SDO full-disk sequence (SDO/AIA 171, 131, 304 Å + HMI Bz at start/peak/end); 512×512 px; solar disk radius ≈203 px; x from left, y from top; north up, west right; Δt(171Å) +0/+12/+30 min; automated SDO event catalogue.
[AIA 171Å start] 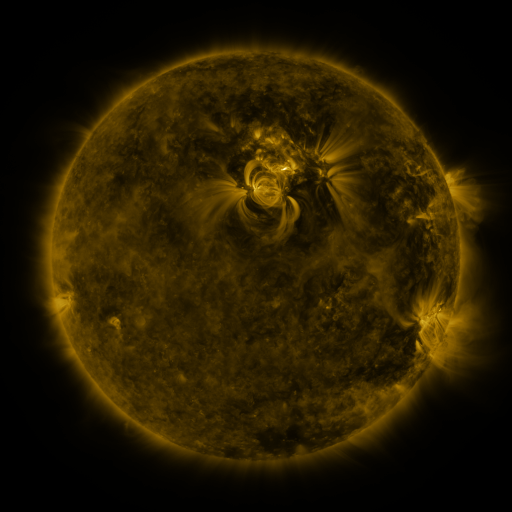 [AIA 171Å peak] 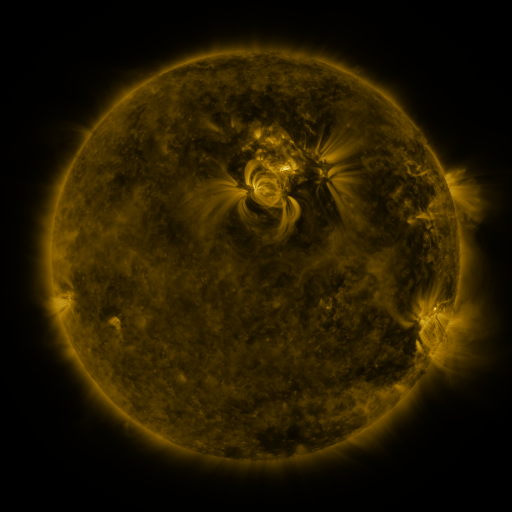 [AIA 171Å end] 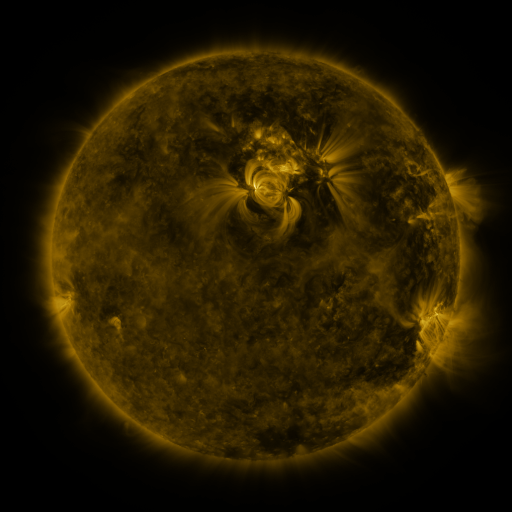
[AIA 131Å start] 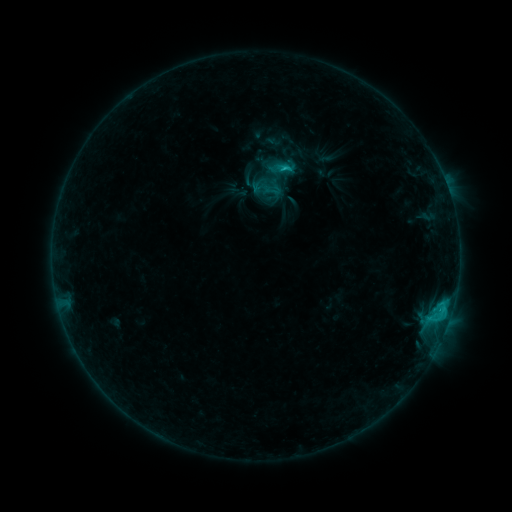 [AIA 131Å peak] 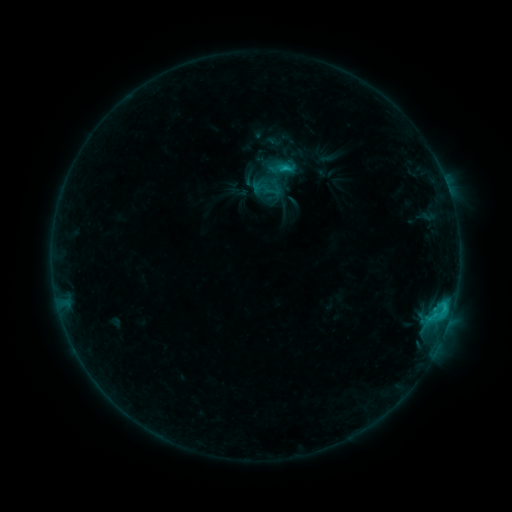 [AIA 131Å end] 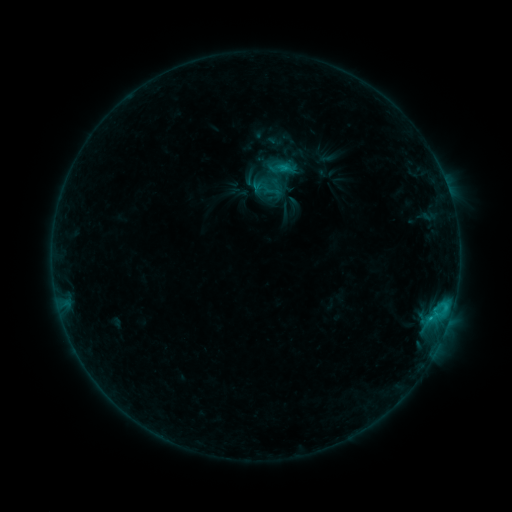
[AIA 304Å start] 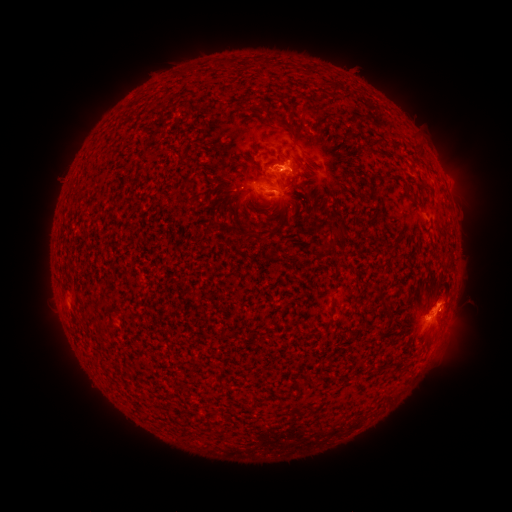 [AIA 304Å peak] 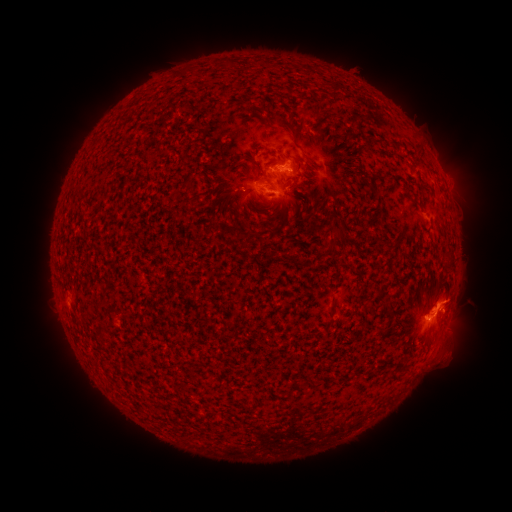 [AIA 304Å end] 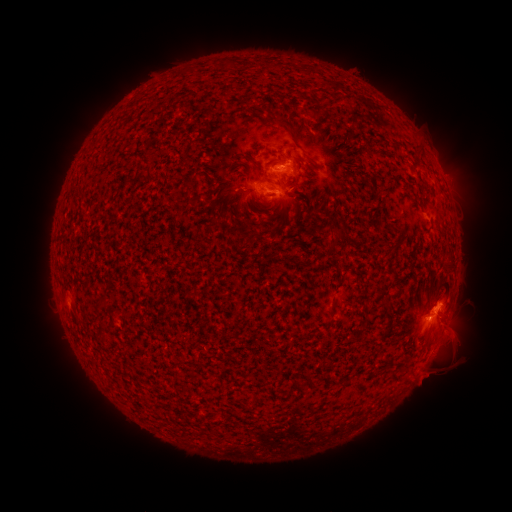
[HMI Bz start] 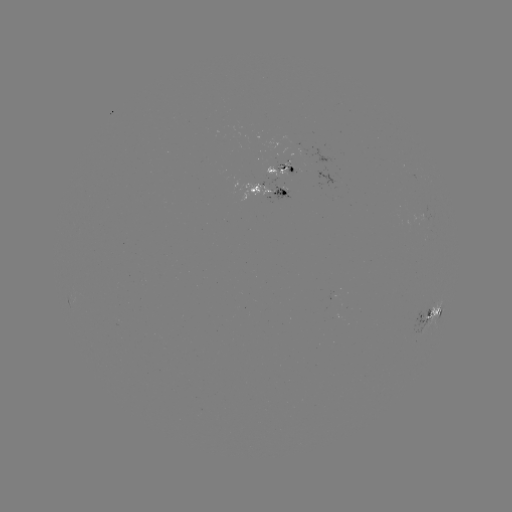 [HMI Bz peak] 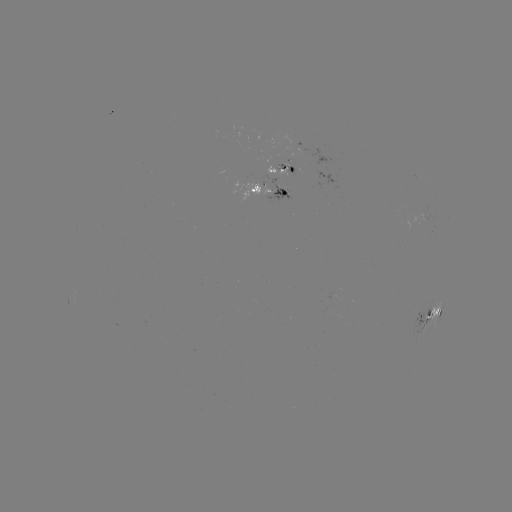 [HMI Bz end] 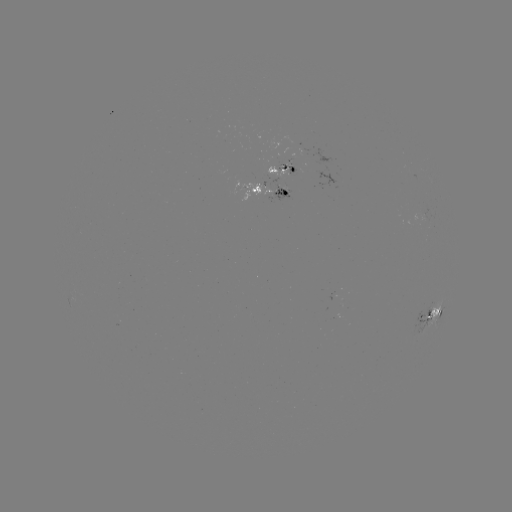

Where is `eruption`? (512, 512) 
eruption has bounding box [416, 276, 487, 397].